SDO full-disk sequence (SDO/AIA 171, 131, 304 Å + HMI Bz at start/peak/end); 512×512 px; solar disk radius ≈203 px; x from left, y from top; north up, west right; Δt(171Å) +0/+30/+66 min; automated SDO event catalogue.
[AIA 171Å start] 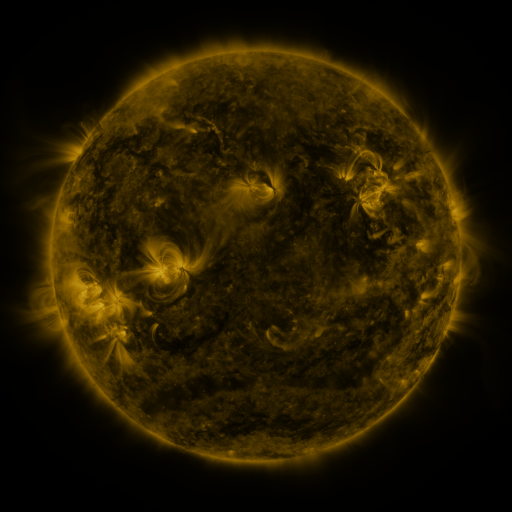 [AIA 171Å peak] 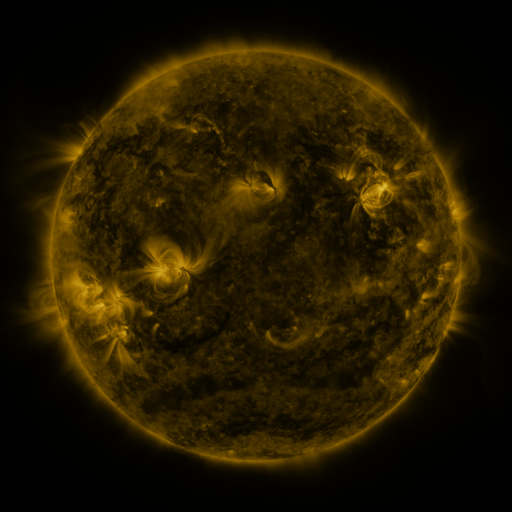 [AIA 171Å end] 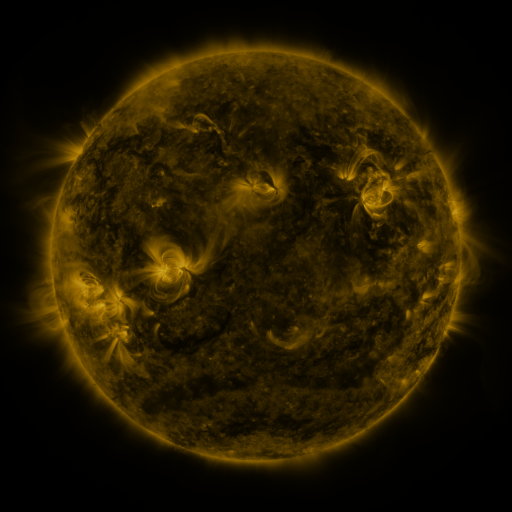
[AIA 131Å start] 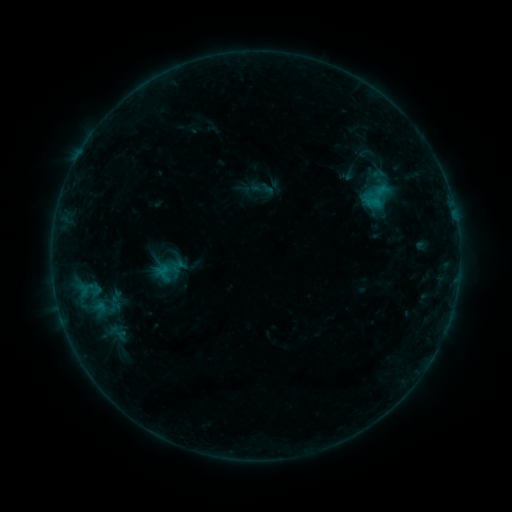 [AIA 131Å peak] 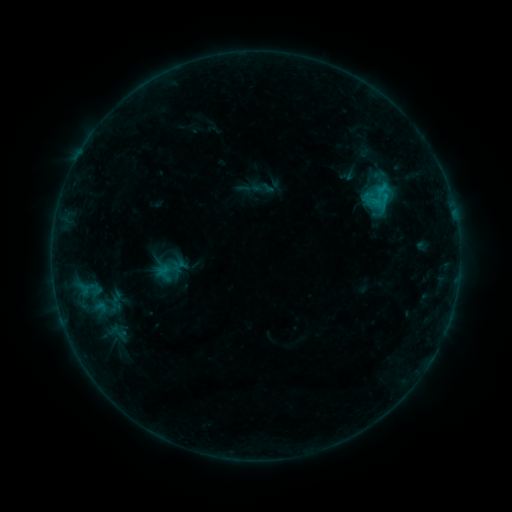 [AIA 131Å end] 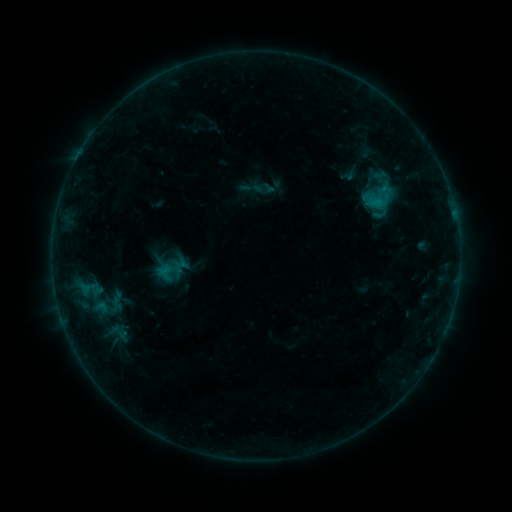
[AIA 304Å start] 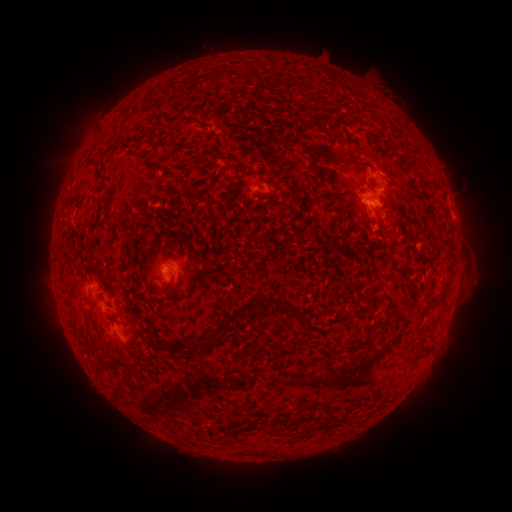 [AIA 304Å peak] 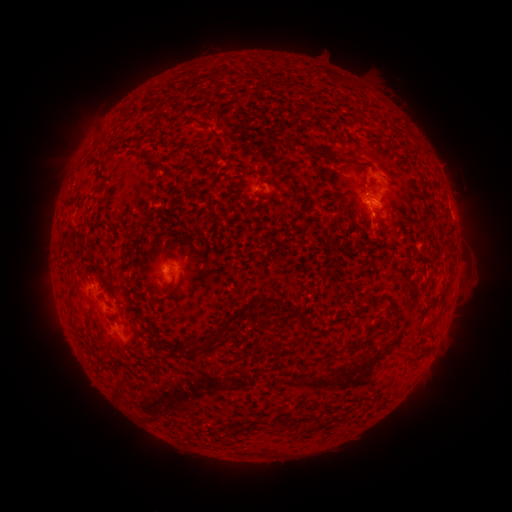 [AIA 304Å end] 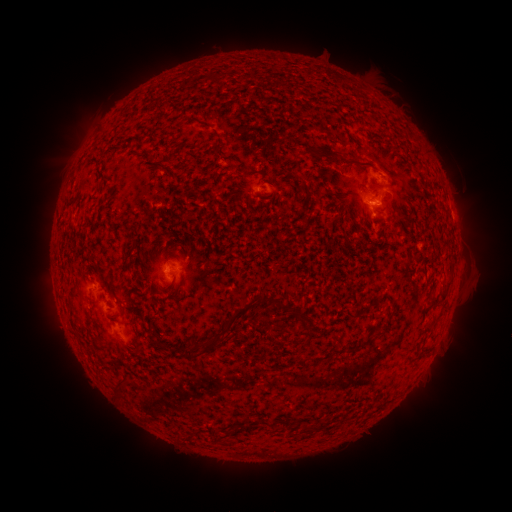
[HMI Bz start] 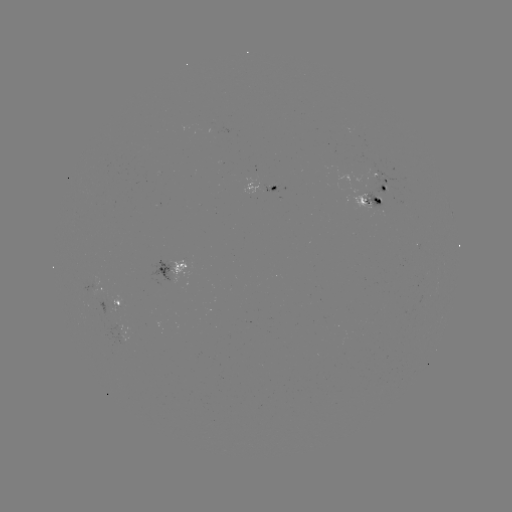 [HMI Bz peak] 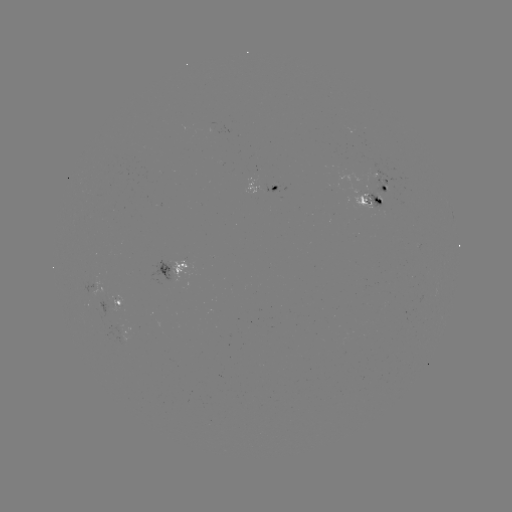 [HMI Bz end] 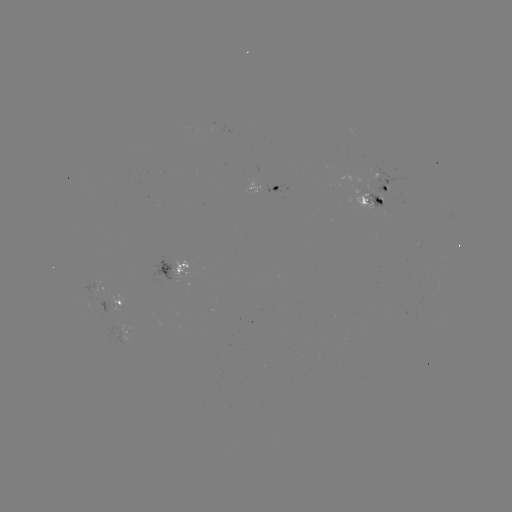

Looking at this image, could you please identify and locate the B9.8 flare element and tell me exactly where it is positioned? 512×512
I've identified B9.8 flare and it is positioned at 384,198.